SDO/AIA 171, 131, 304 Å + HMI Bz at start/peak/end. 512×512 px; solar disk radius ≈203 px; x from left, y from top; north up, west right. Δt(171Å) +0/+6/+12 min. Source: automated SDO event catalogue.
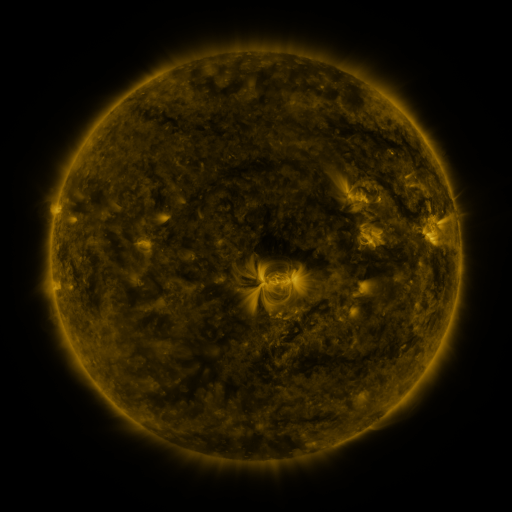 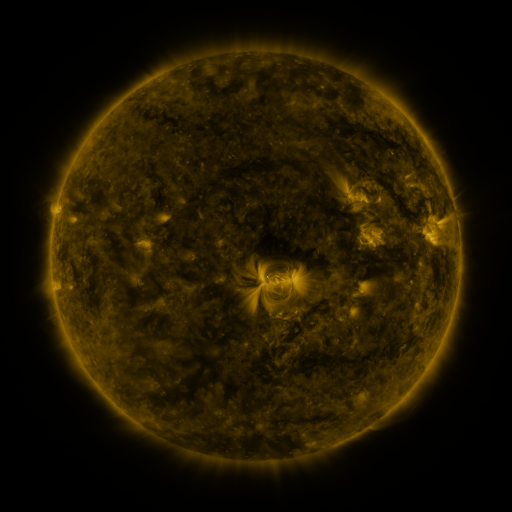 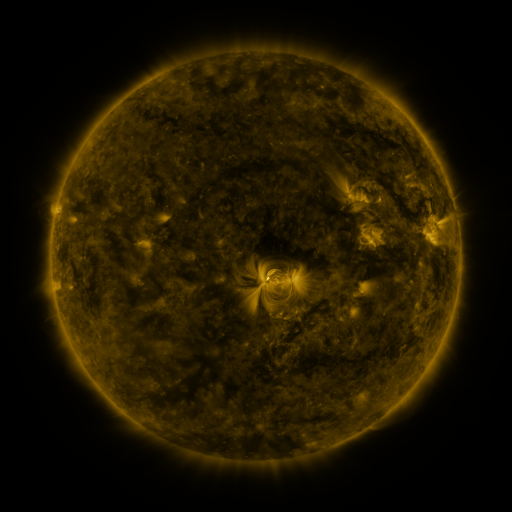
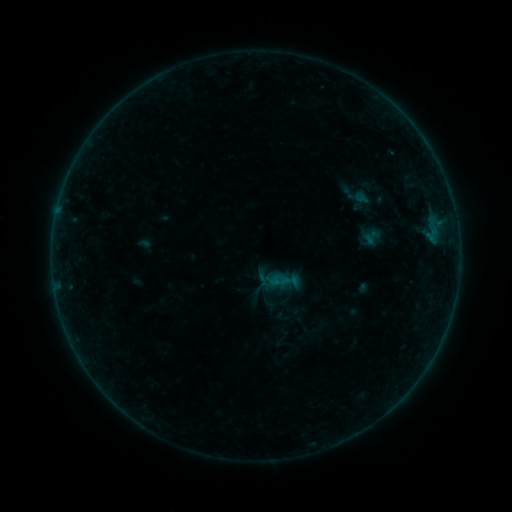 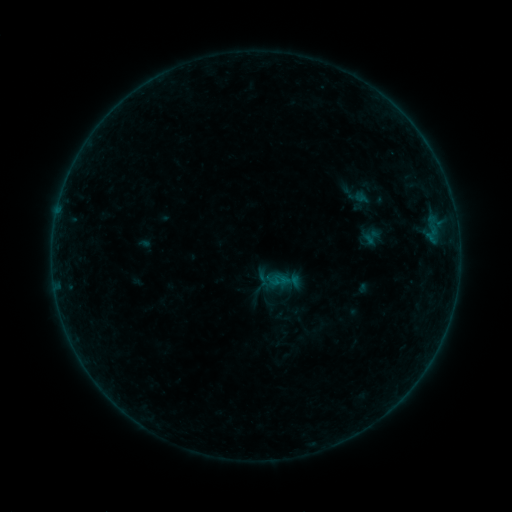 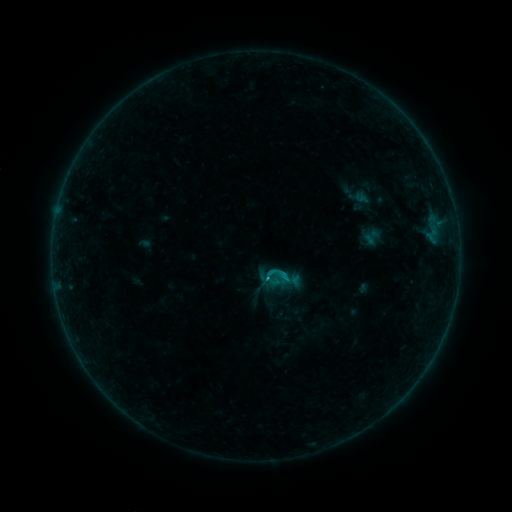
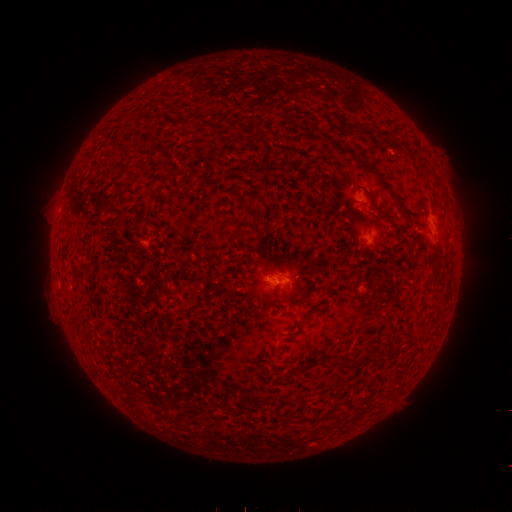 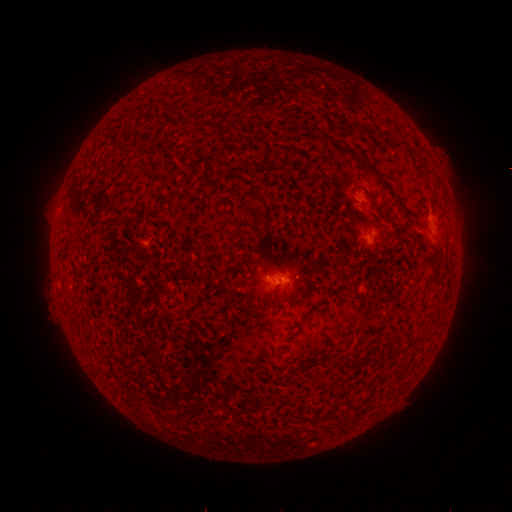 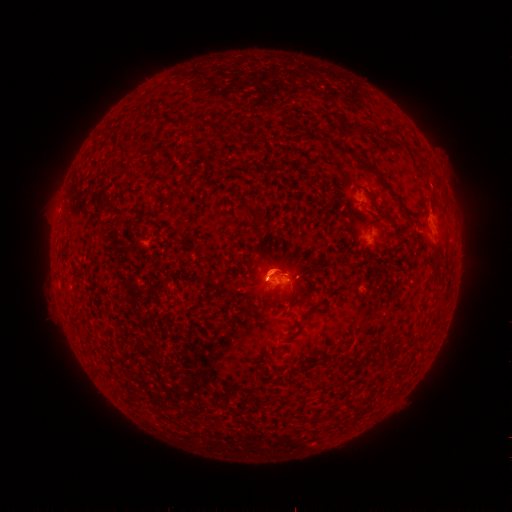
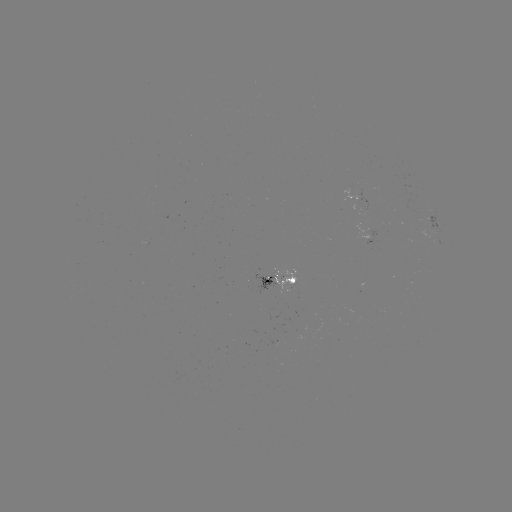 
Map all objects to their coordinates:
C1.1 flare: (266, 278)
